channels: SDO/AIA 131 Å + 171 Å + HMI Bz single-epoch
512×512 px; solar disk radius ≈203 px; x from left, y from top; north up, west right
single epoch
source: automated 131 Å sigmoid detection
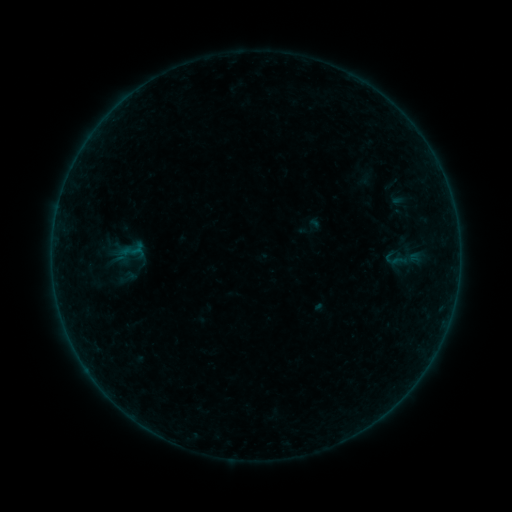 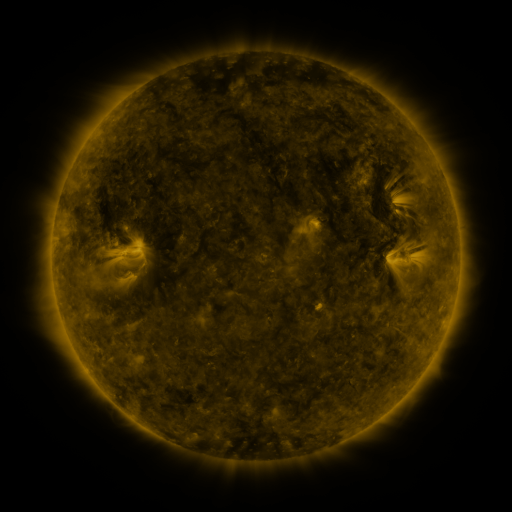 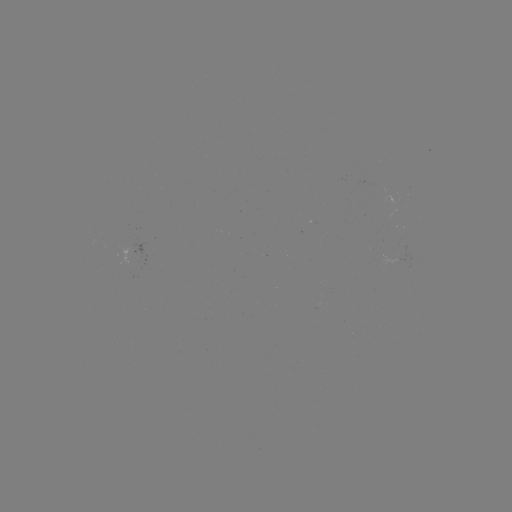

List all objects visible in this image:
sigmoid: (380, 245, 409, 272)
